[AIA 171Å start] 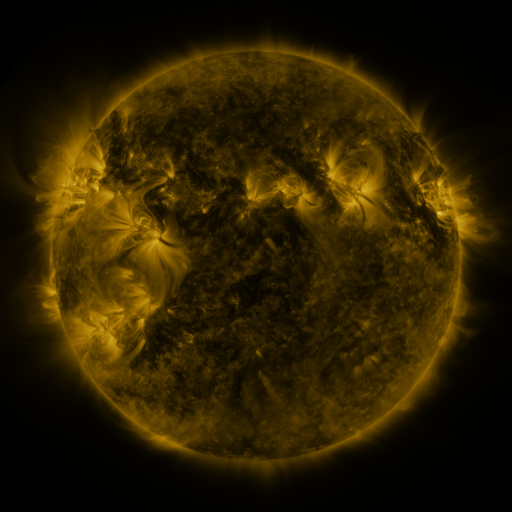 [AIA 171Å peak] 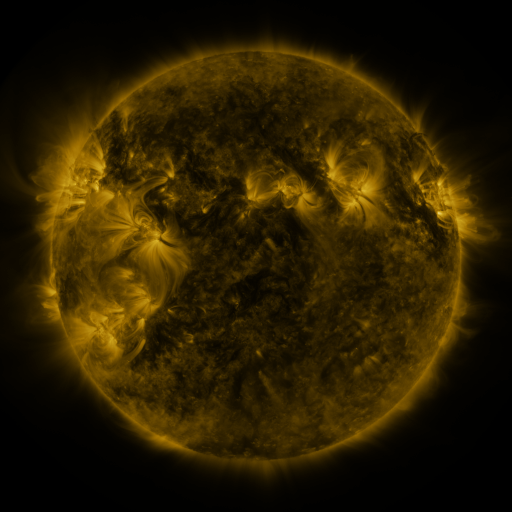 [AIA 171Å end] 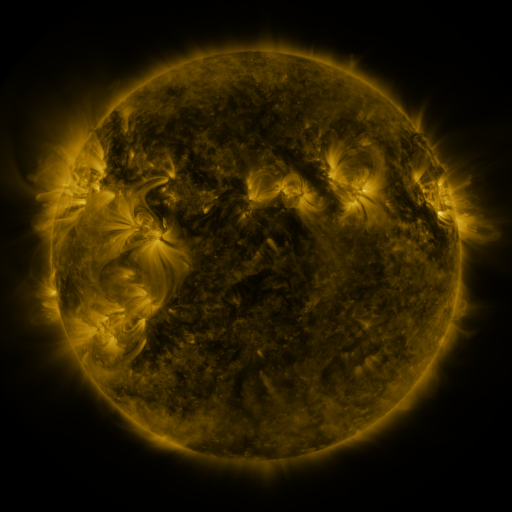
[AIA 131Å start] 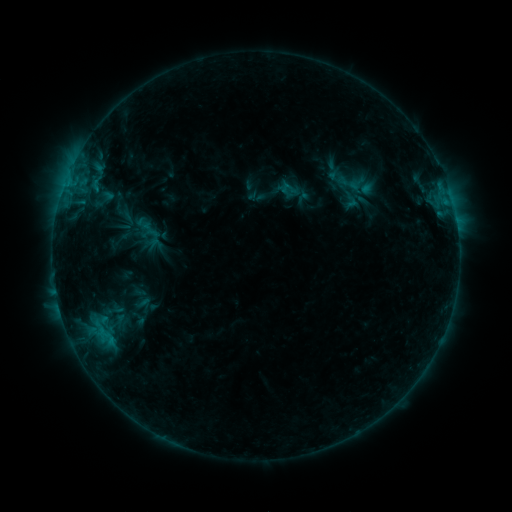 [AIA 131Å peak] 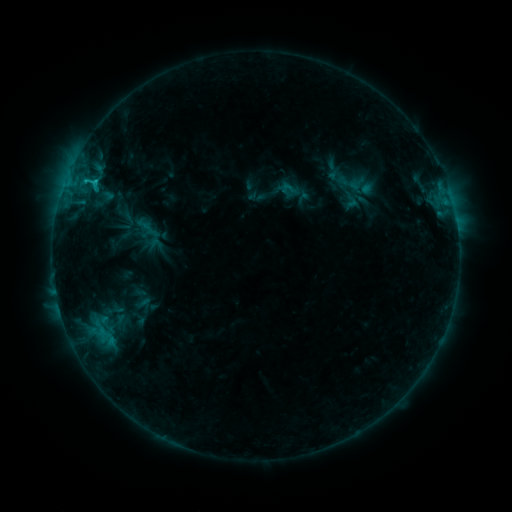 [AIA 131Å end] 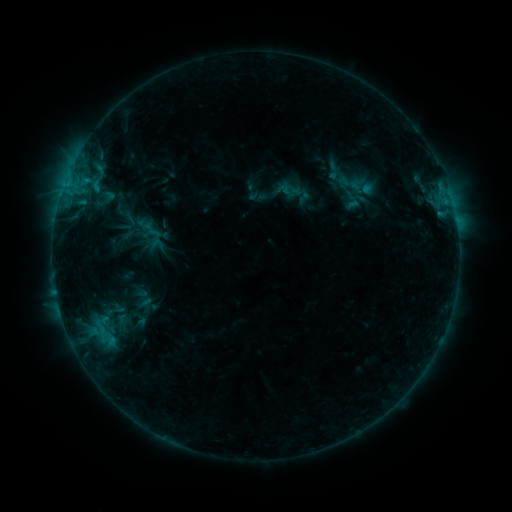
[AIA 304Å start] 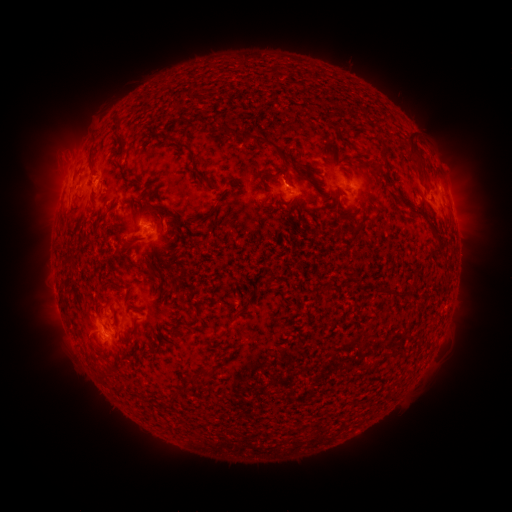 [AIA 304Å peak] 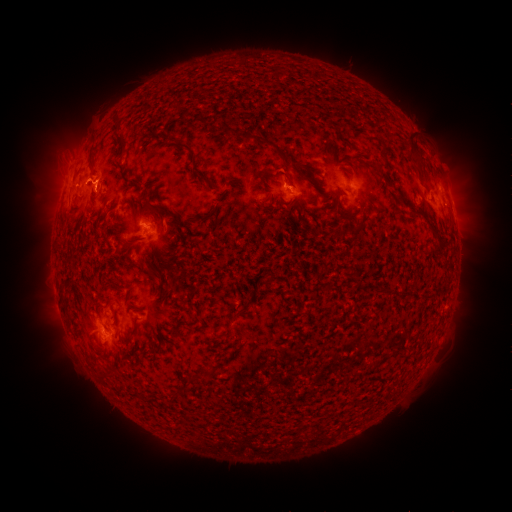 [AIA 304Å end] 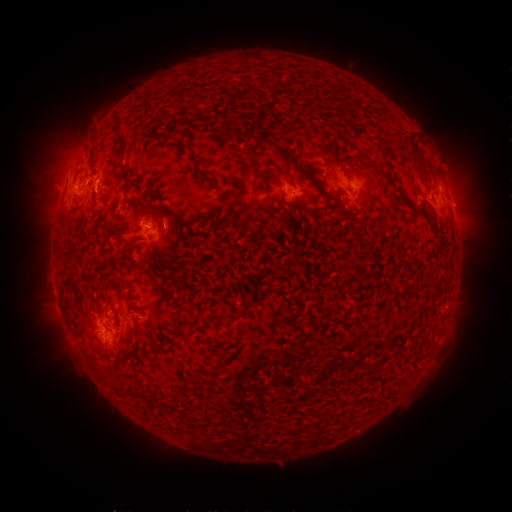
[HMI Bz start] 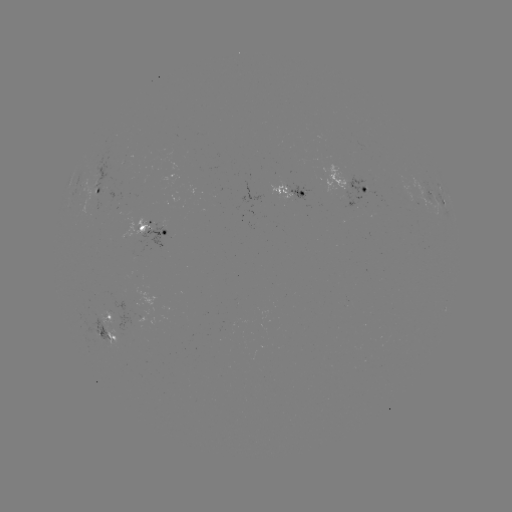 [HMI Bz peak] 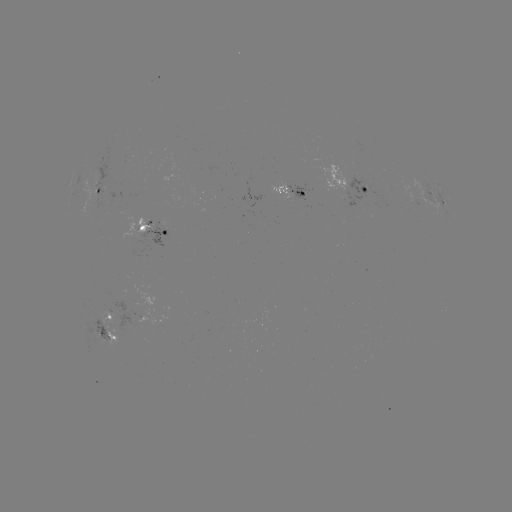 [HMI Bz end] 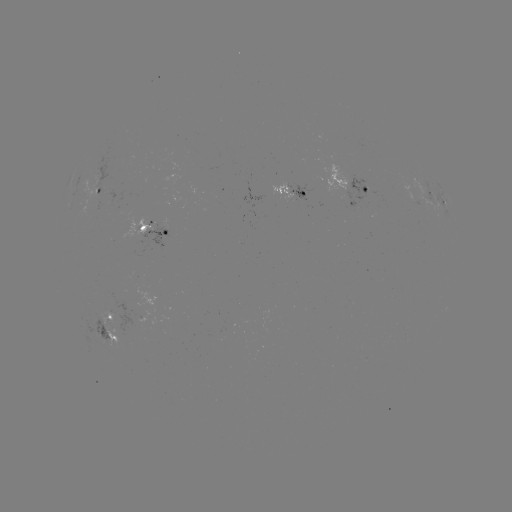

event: flare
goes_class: C1.4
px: (94, 184)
